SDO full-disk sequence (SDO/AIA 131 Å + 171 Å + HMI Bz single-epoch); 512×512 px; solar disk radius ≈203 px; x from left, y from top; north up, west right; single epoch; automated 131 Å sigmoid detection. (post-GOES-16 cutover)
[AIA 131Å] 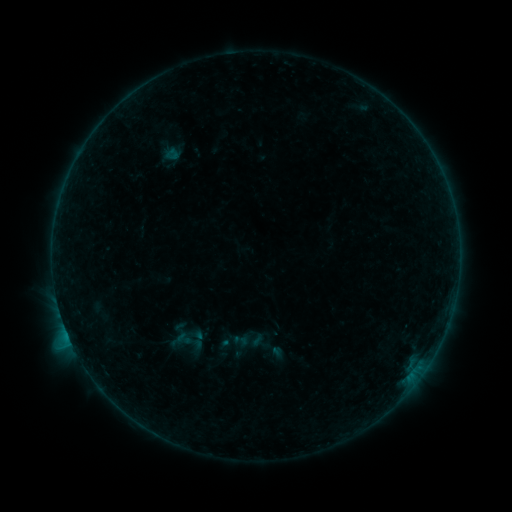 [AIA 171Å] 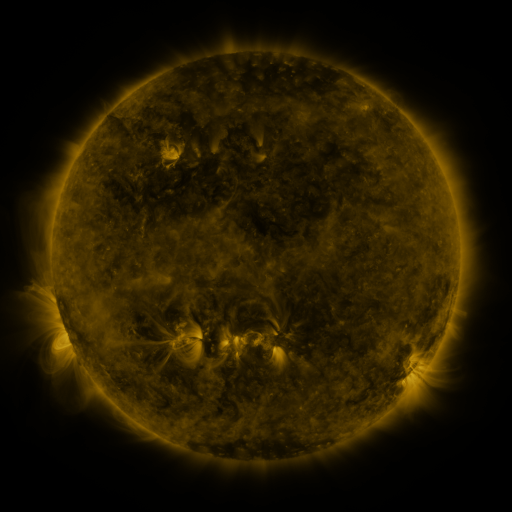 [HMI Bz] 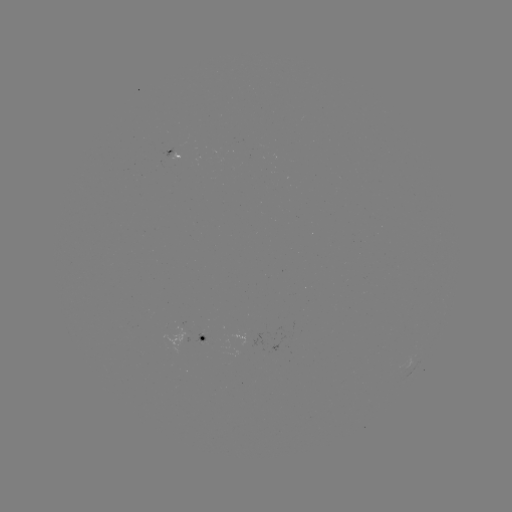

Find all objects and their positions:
sigmoid: [174, 331, 195, 347]
sigmoid: [233, 332, 250, 348]
